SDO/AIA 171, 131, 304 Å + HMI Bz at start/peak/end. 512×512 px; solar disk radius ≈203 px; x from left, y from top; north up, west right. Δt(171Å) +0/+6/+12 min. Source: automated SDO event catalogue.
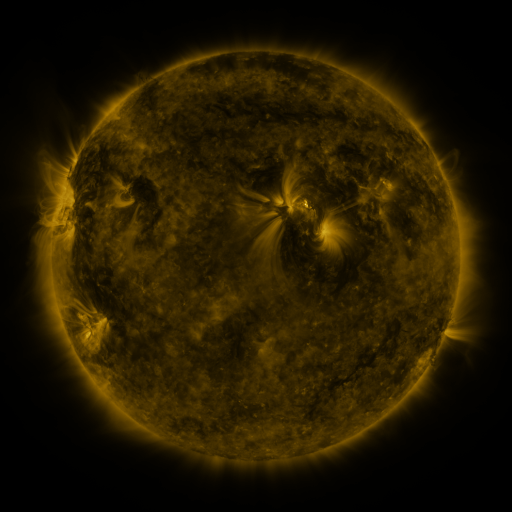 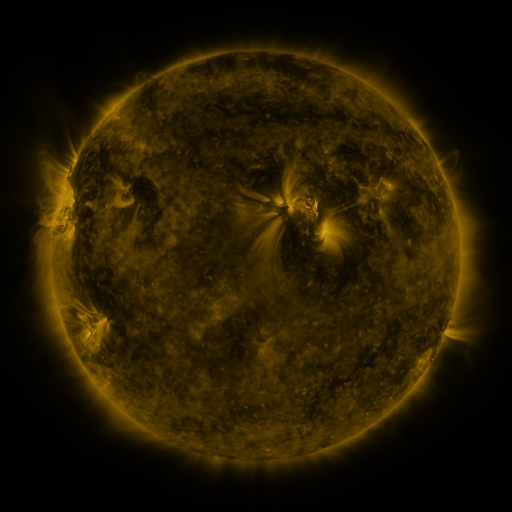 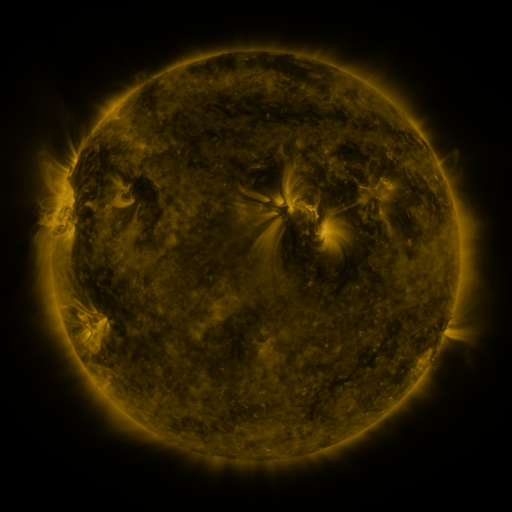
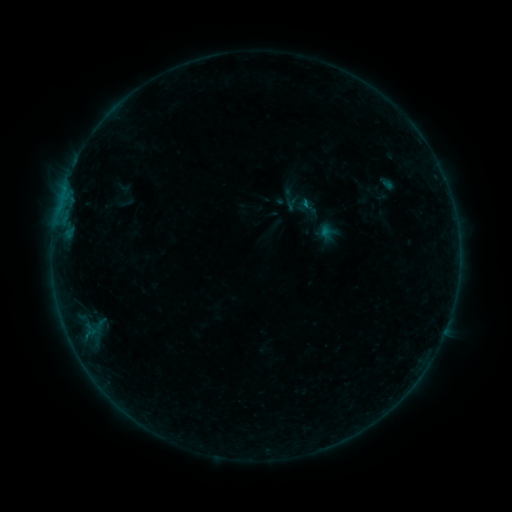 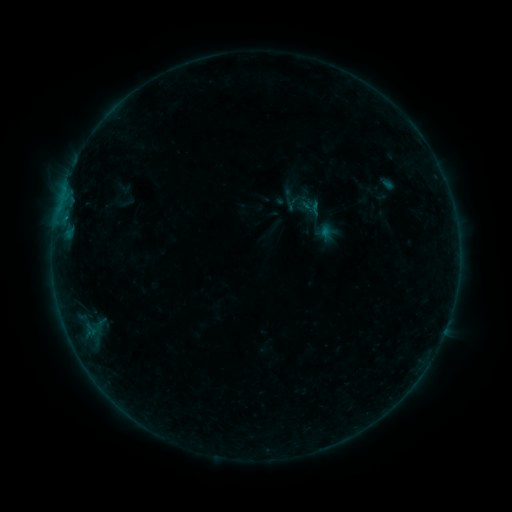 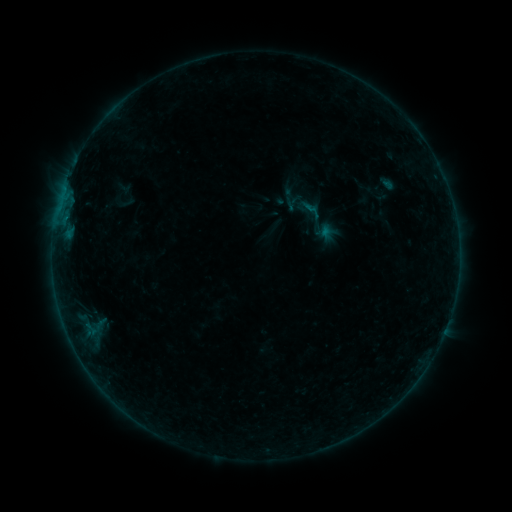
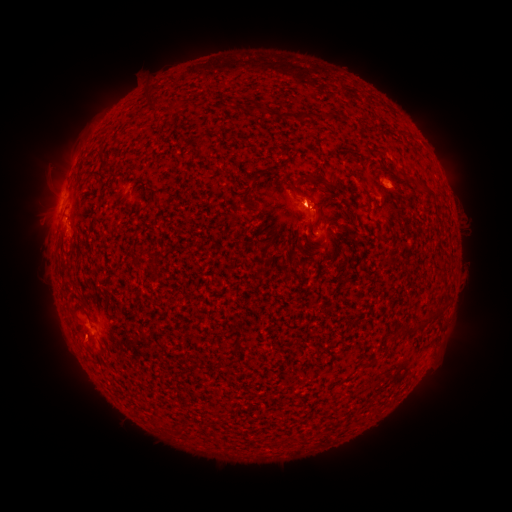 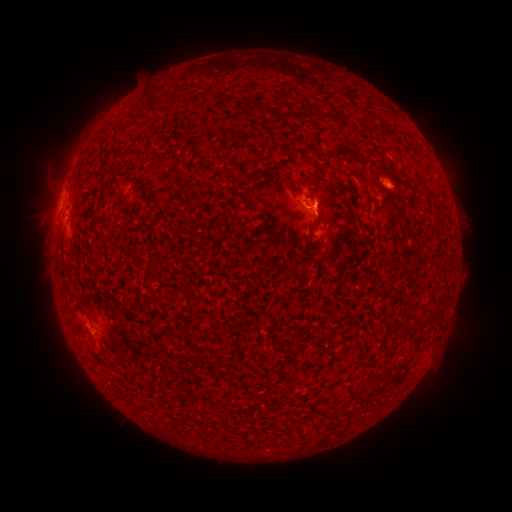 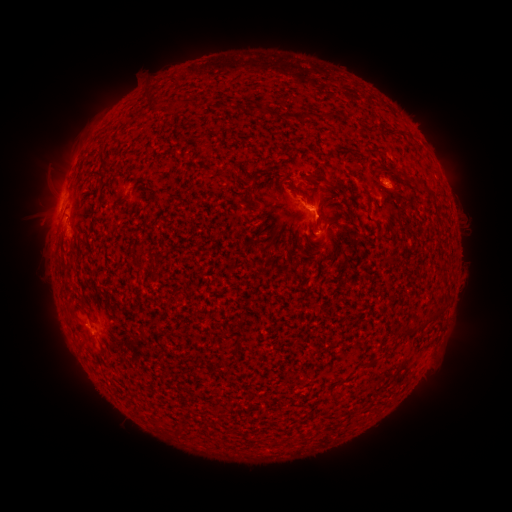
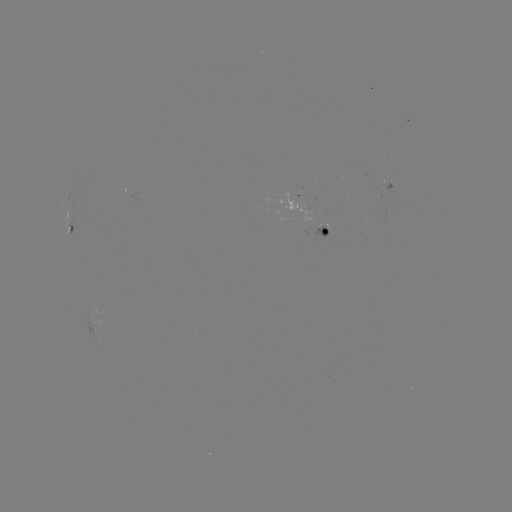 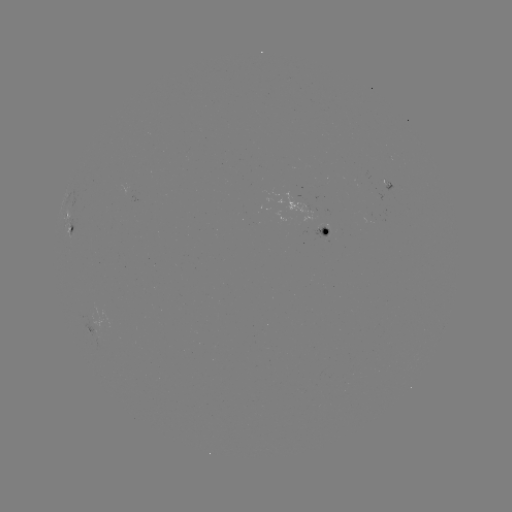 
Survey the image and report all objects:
eruption: (317, 258)
